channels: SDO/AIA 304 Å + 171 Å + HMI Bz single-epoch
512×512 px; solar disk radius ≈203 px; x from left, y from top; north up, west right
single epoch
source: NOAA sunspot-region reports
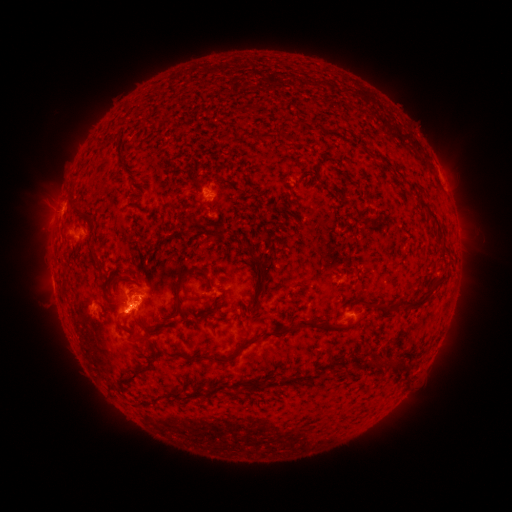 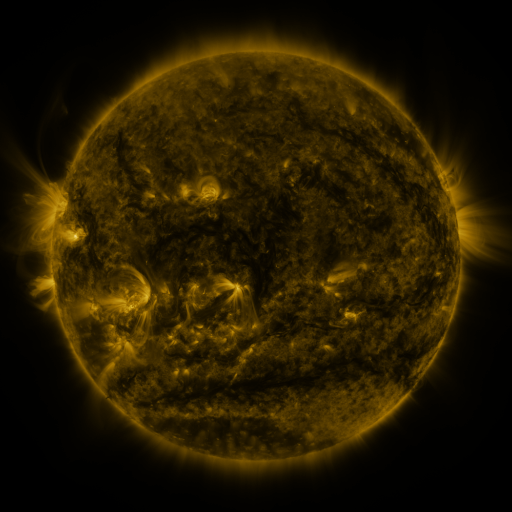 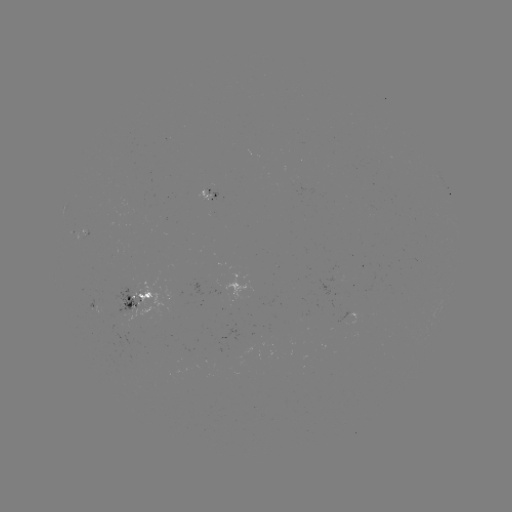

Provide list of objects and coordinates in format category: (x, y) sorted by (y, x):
spotted active region: (214, 196)
spotted active region: (87, 234)
spotted active region: (138, 301)
spotted active region: (93, 304)
